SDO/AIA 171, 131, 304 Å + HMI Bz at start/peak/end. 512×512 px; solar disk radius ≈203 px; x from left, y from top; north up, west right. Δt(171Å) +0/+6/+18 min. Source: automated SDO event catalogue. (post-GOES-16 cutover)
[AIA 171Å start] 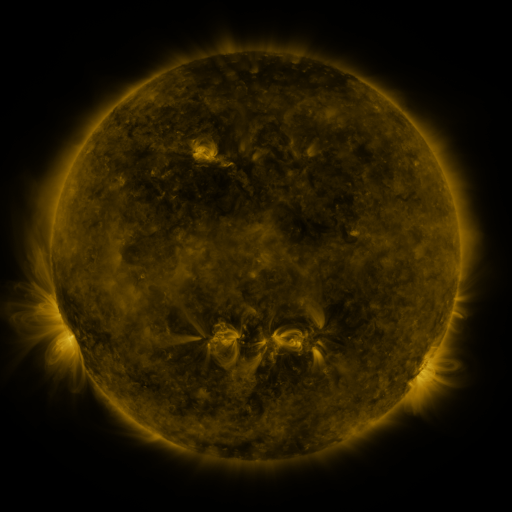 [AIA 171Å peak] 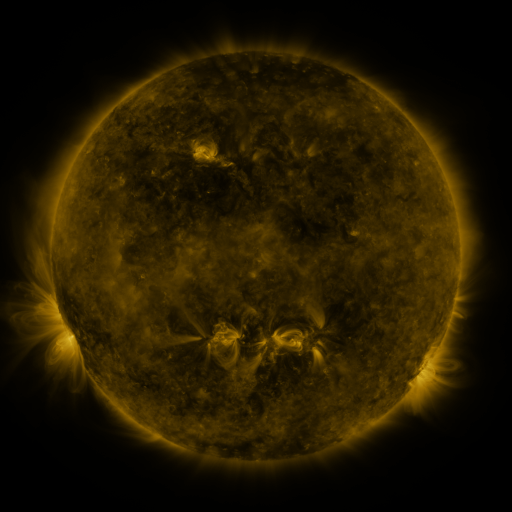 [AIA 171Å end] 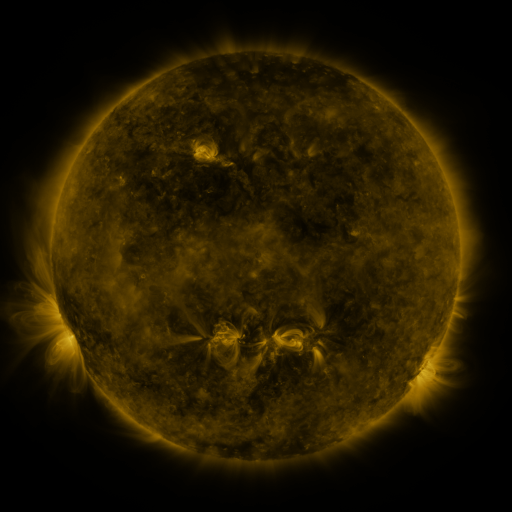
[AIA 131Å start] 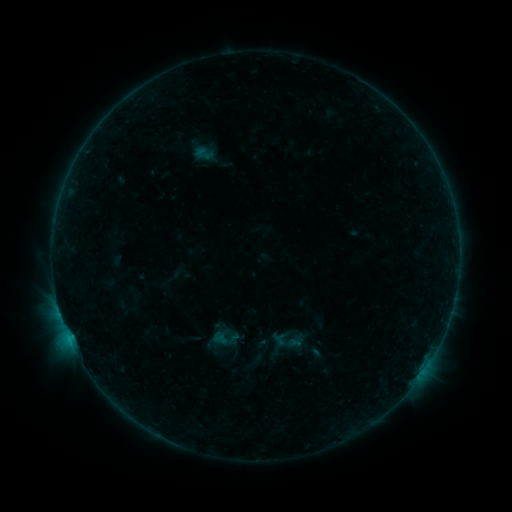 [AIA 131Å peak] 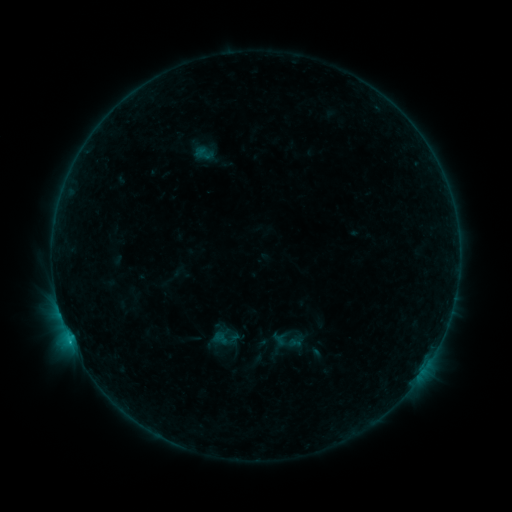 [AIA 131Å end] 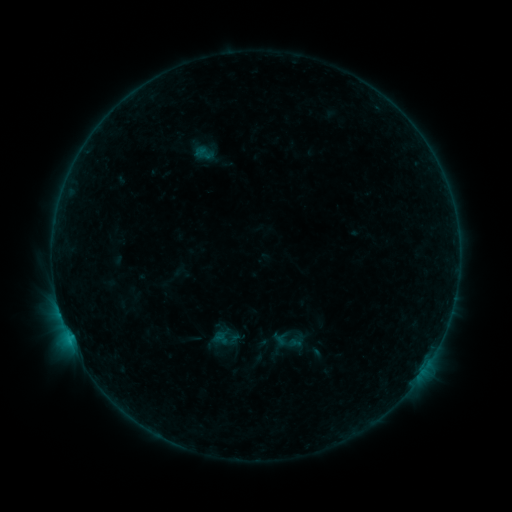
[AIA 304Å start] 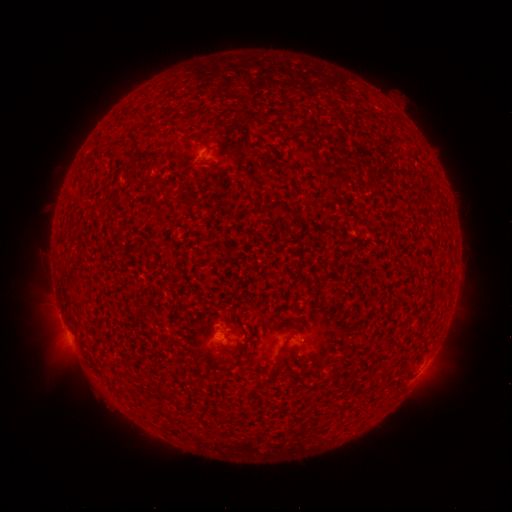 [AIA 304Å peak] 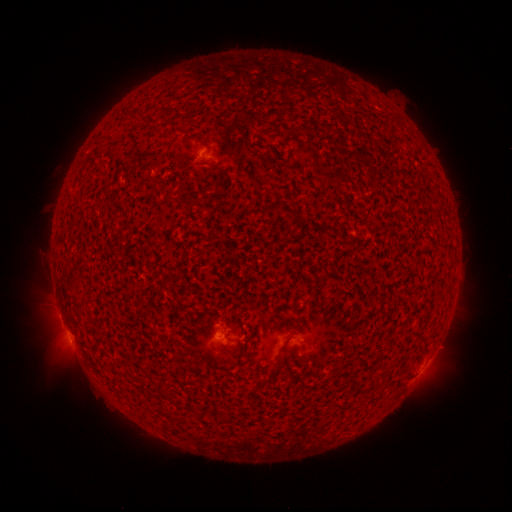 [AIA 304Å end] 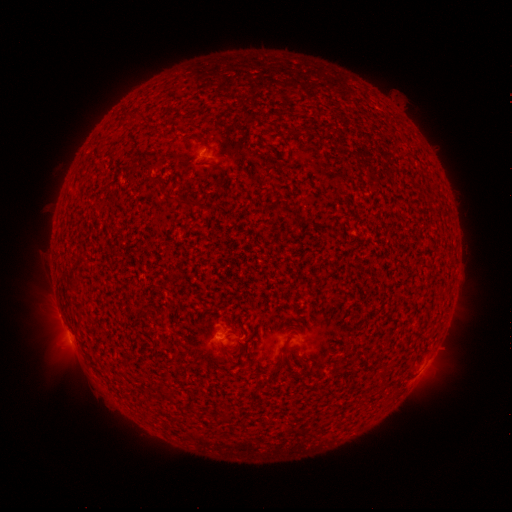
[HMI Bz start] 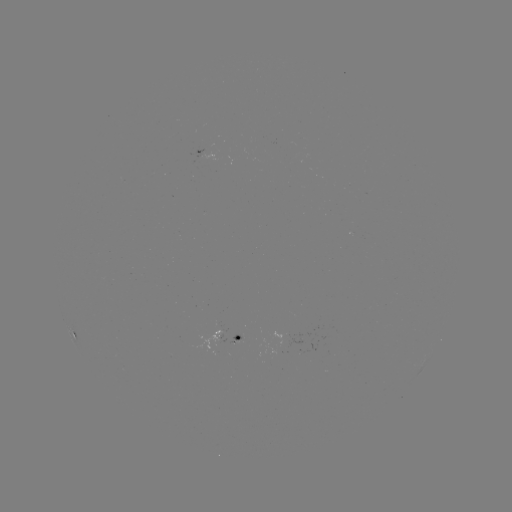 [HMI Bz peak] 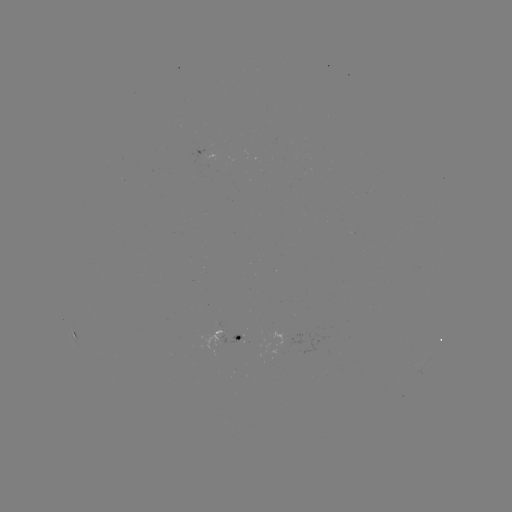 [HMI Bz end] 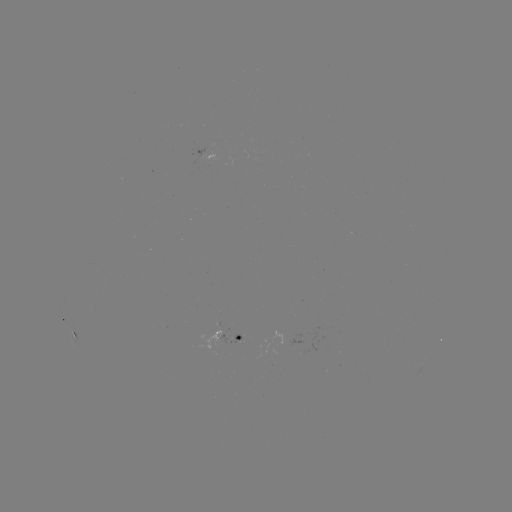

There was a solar flare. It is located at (70, 338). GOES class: B5.0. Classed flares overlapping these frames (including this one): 2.